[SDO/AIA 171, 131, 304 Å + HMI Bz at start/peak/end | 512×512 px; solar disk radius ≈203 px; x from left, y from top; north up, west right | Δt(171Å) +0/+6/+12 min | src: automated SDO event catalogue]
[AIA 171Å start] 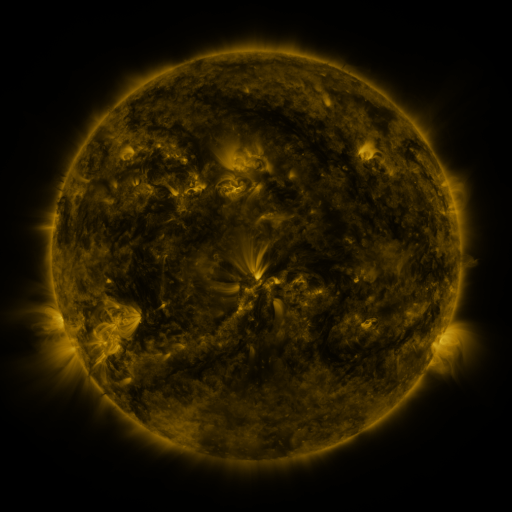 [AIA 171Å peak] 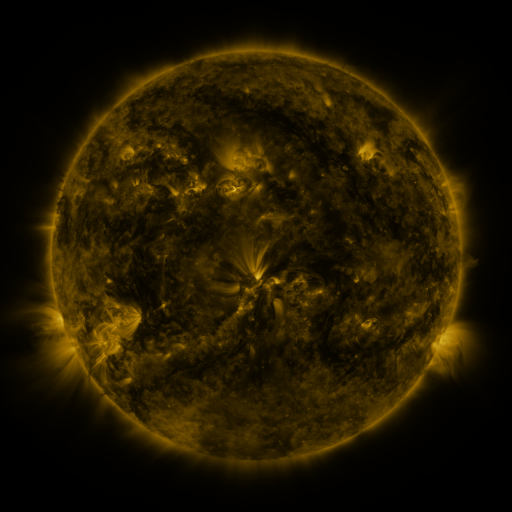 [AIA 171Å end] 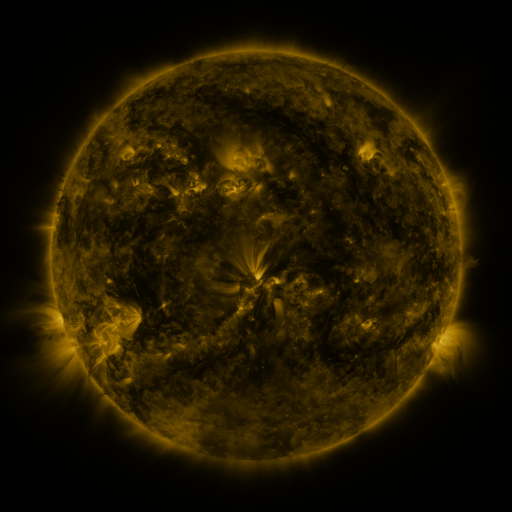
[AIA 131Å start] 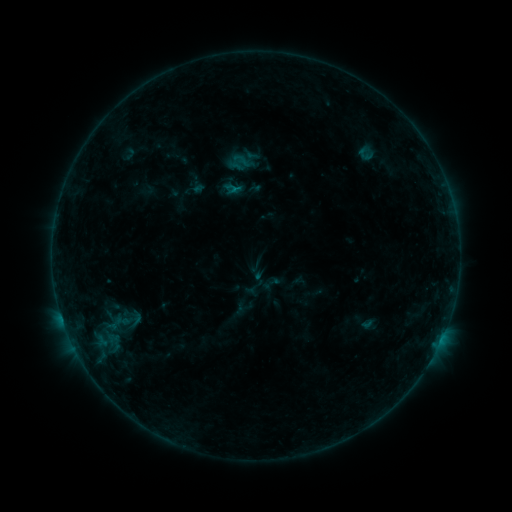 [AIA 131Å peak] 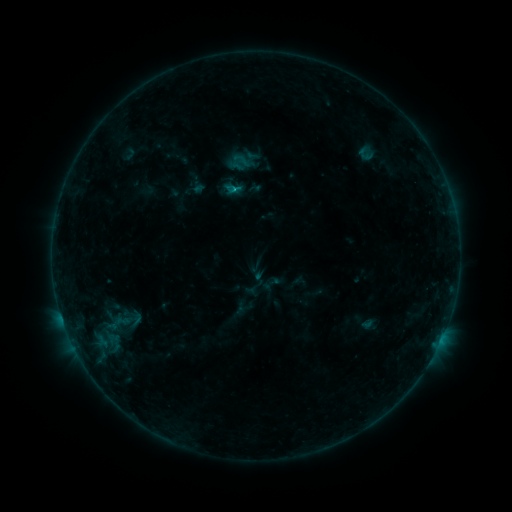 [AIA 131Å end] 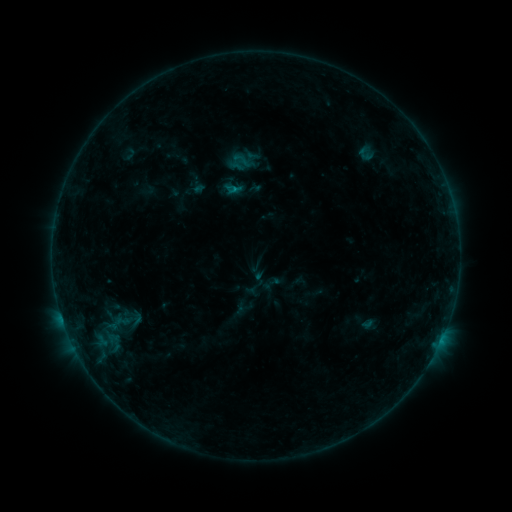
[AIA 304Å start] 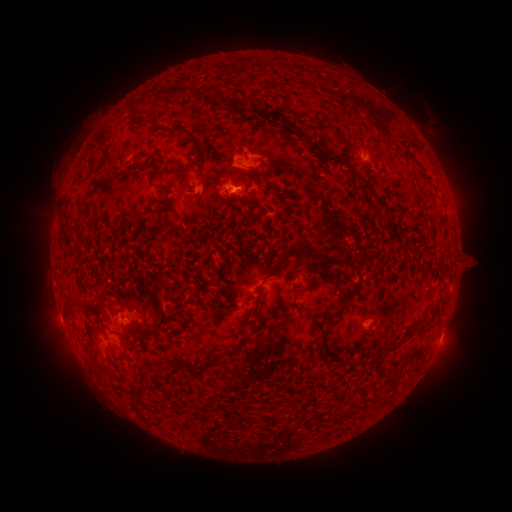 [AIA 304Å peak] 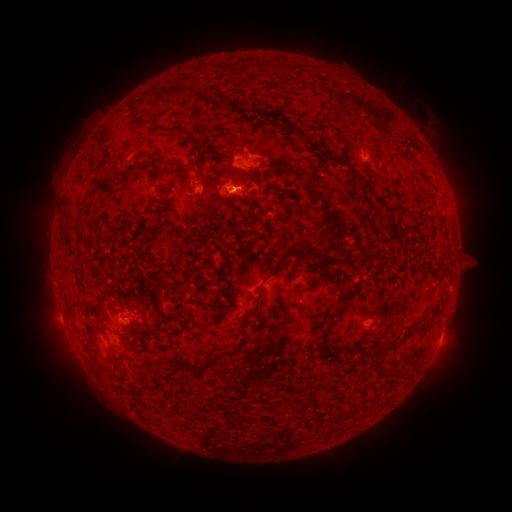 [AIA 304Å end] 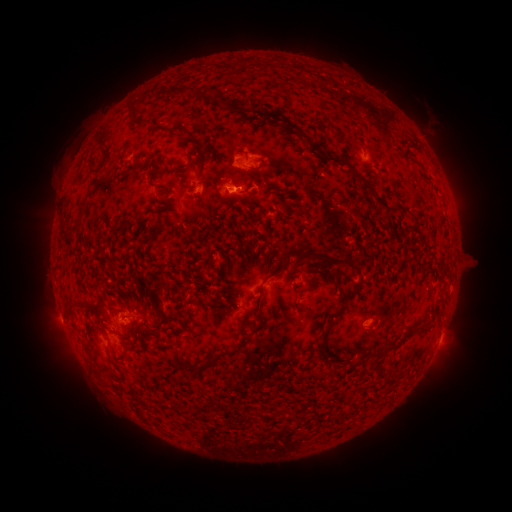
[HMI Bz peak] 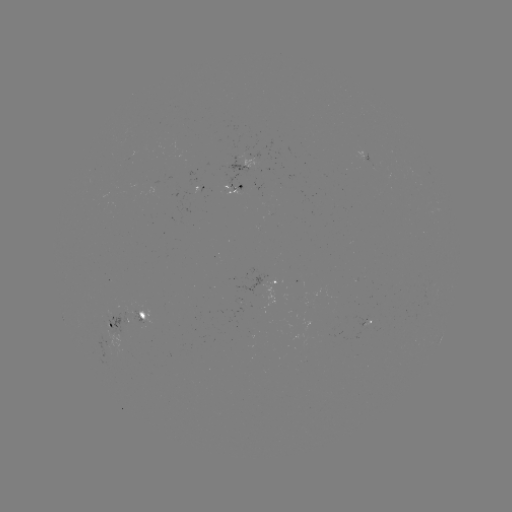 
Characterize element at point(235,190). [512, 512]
B4.3 flare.